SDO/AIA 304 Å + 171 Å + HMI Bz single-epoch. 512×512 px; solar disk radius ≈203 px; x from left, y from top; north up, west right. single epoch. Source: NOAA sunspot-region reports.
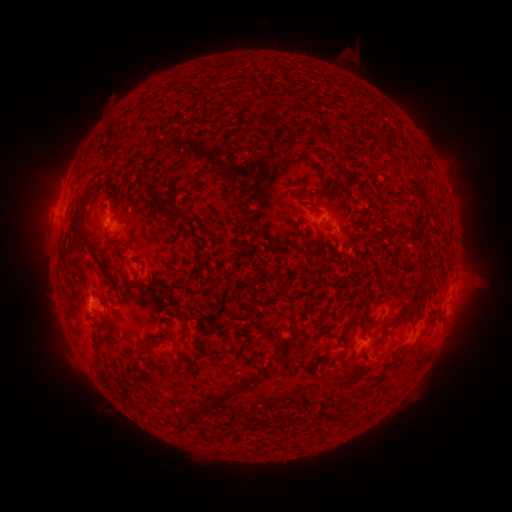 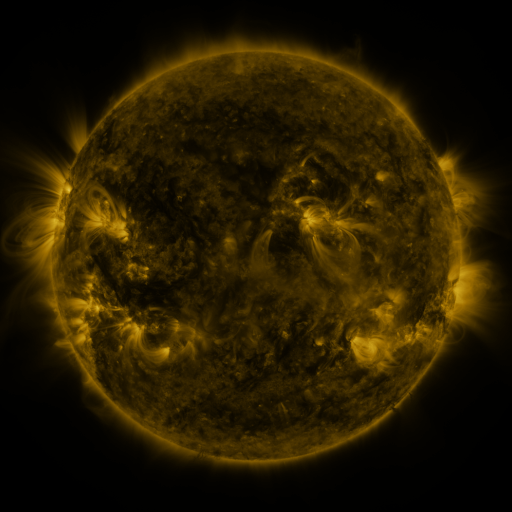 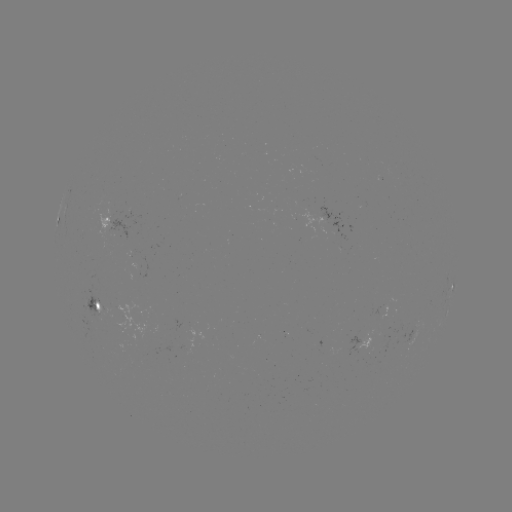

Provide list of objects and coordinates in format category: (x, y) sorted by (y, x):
spotted active region: (345, 260)
spotted active region: (450, 297)
spotted active region: (100, 306)
